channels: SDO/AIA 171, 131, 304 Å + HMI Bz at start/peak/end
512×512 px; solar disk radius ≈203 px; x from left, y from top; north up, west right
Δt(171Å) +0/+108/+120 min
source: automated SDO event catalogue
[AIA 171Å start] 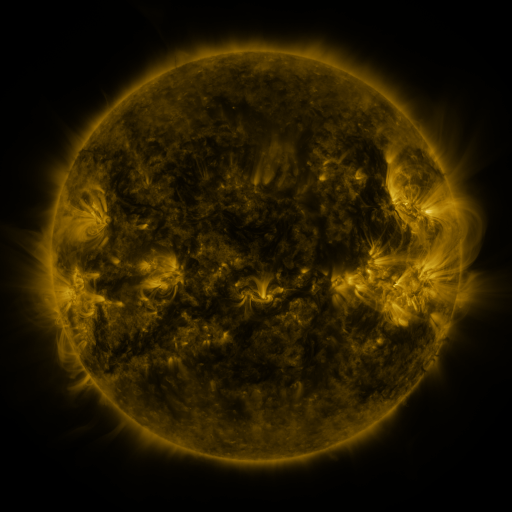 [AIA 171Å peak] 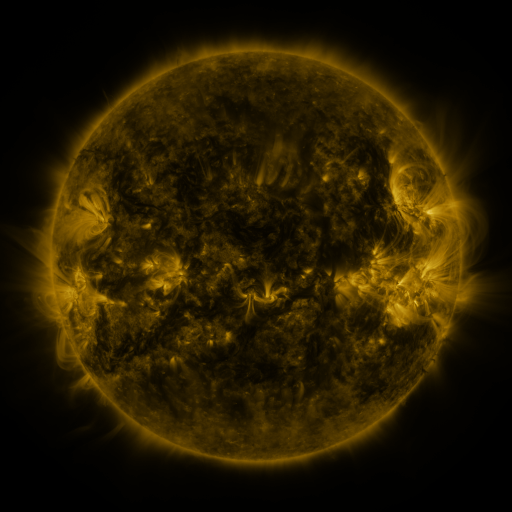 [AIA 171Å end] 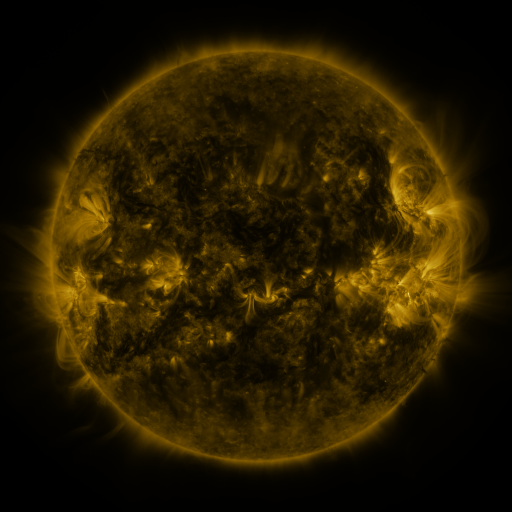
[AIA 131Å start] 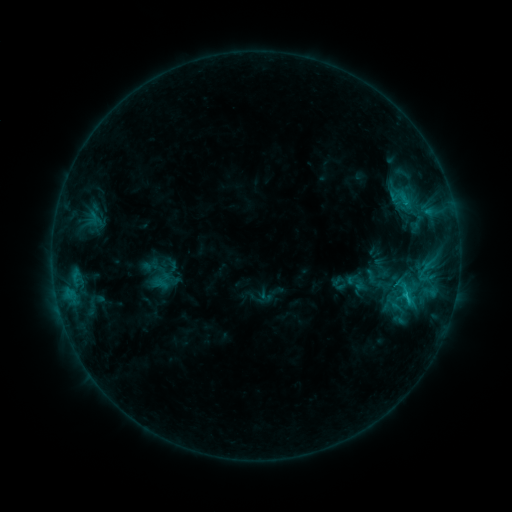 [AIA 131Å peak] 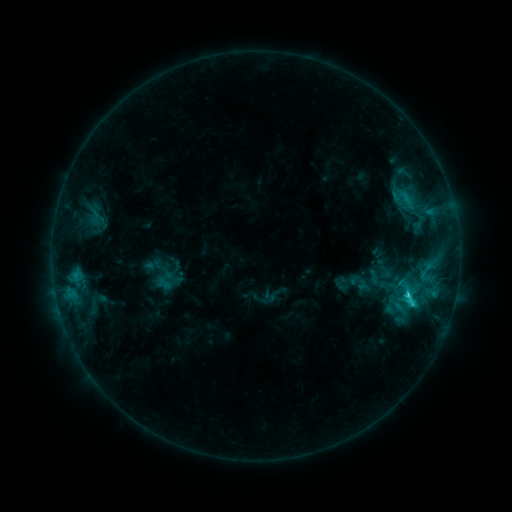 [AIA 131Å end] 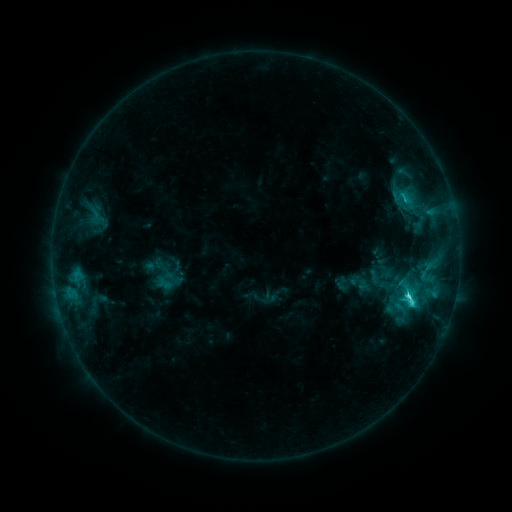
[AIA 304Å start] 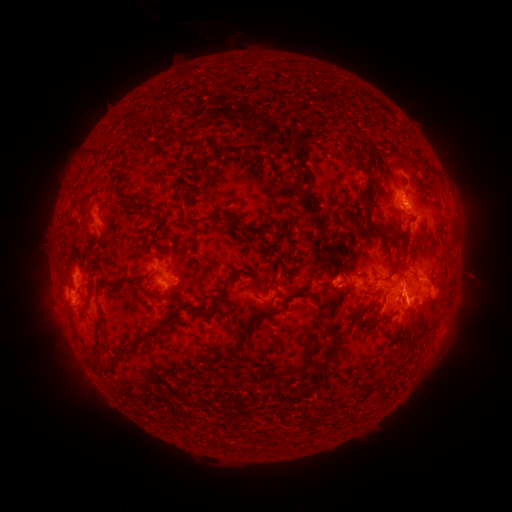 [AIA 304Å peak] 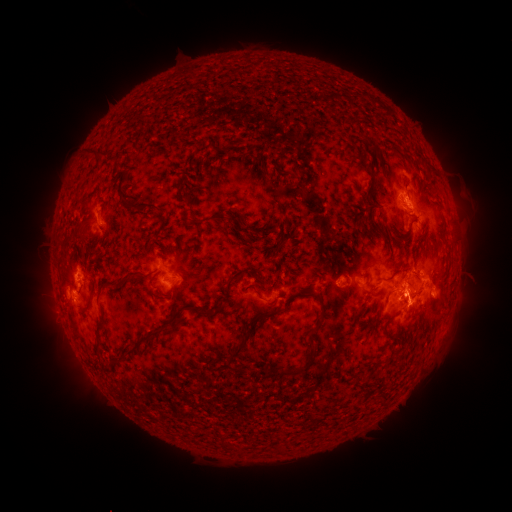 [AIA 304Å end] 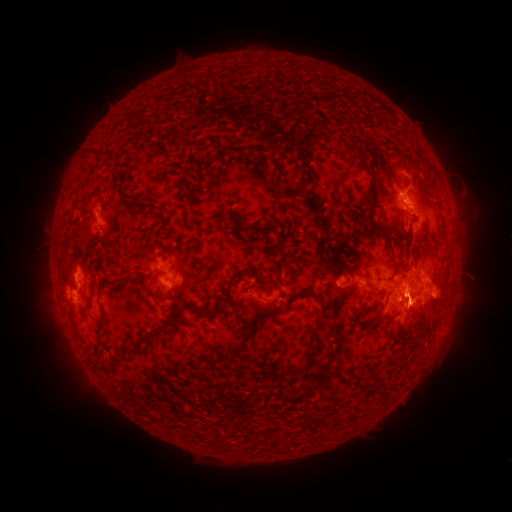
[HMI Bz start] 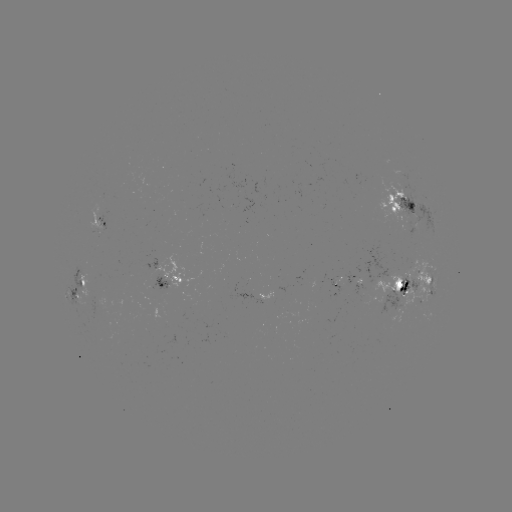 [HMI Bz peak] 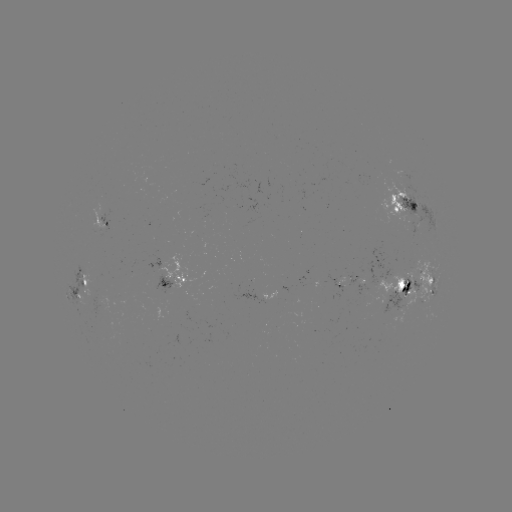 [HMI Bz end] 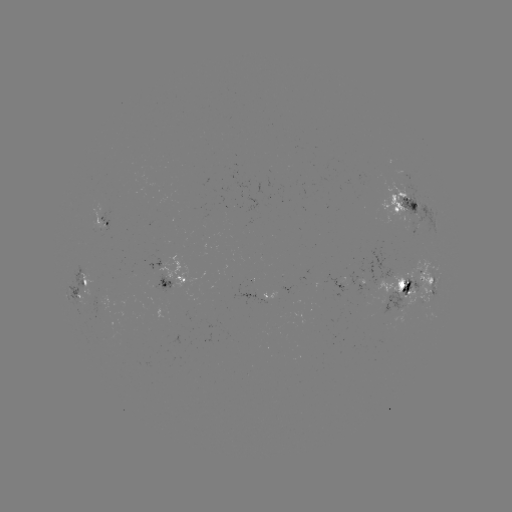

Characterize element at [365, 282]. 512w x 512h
emerging-flux region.